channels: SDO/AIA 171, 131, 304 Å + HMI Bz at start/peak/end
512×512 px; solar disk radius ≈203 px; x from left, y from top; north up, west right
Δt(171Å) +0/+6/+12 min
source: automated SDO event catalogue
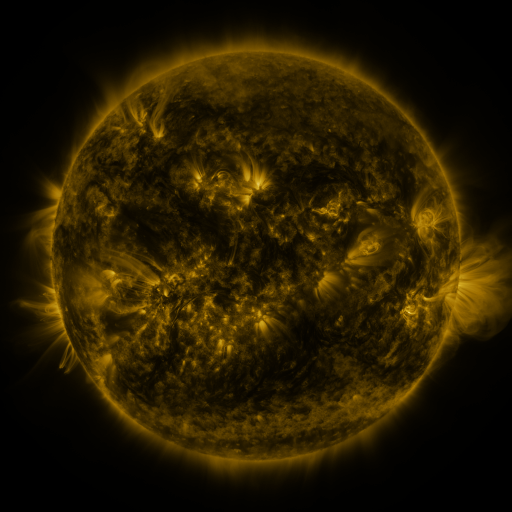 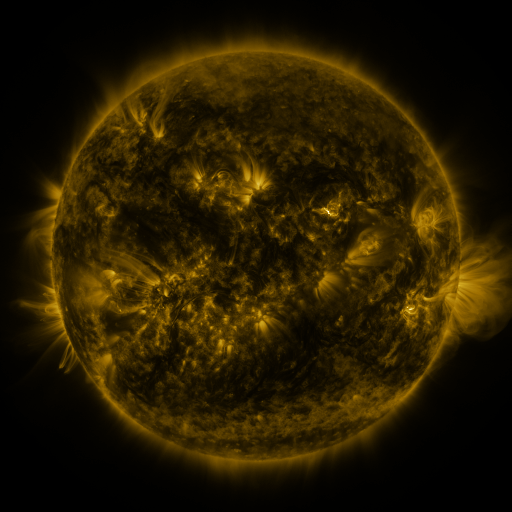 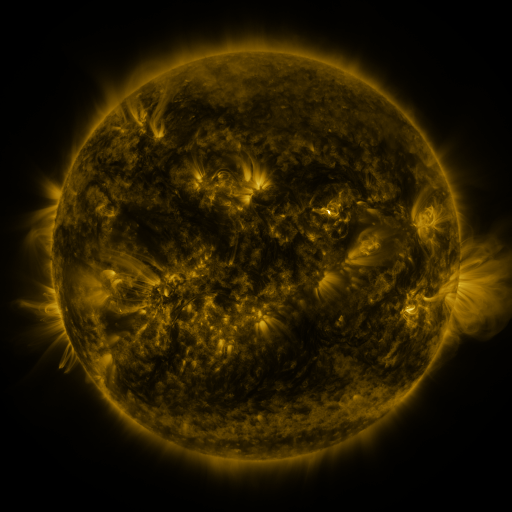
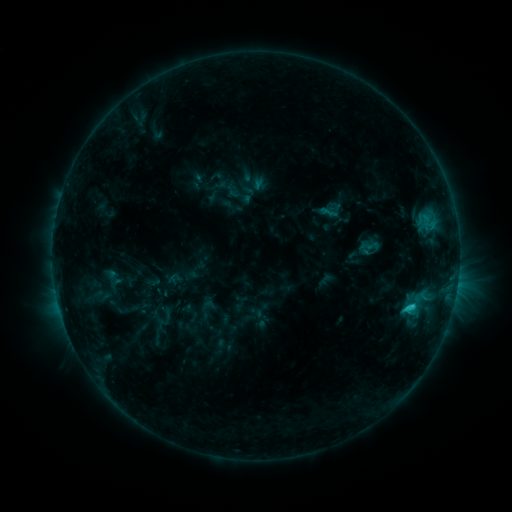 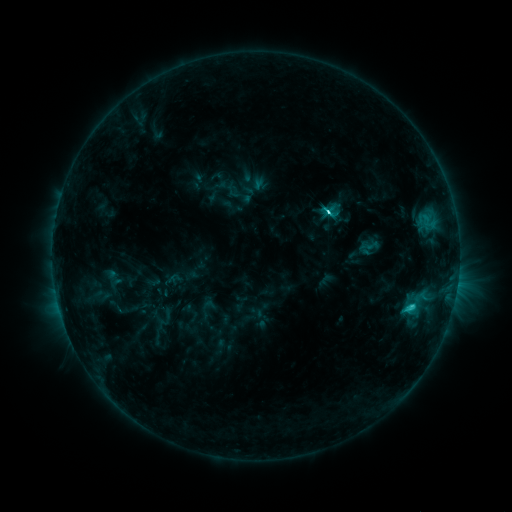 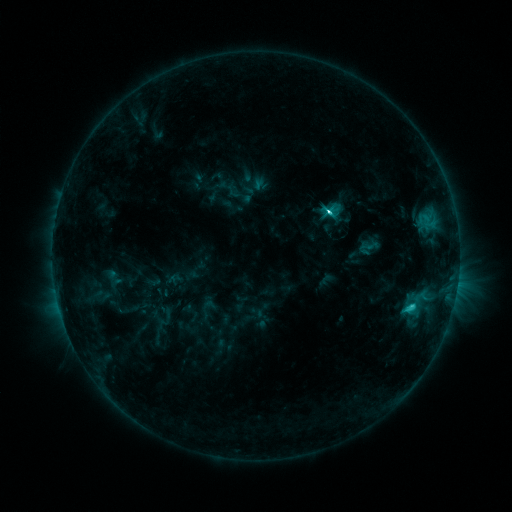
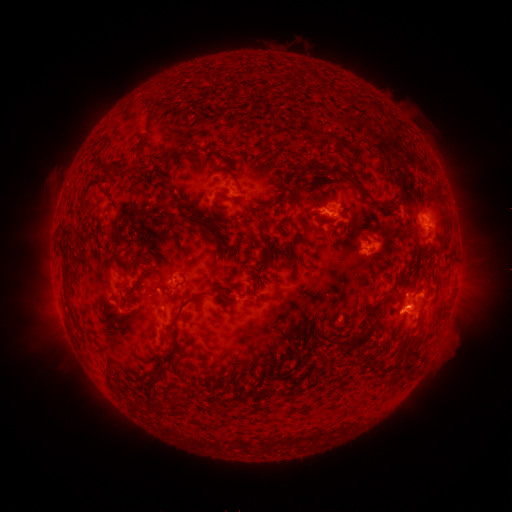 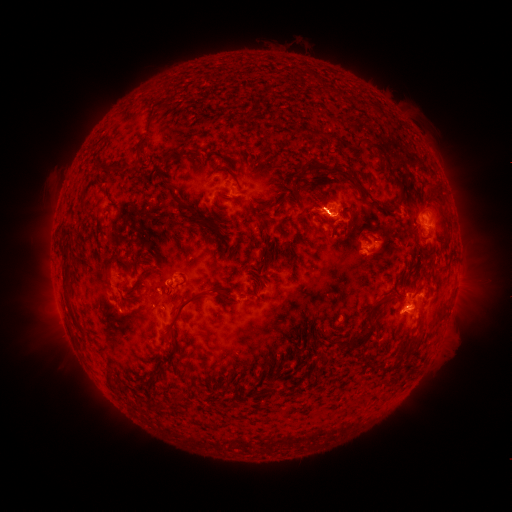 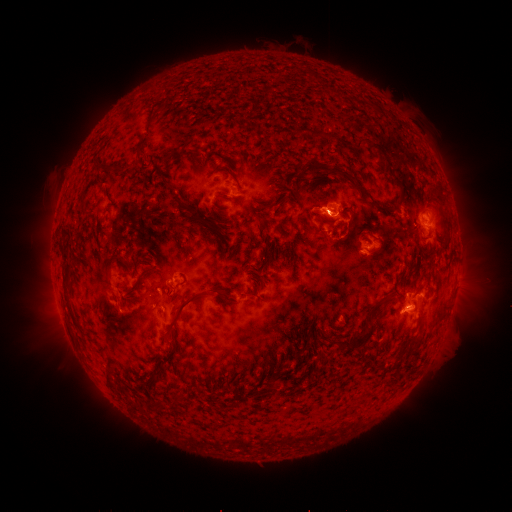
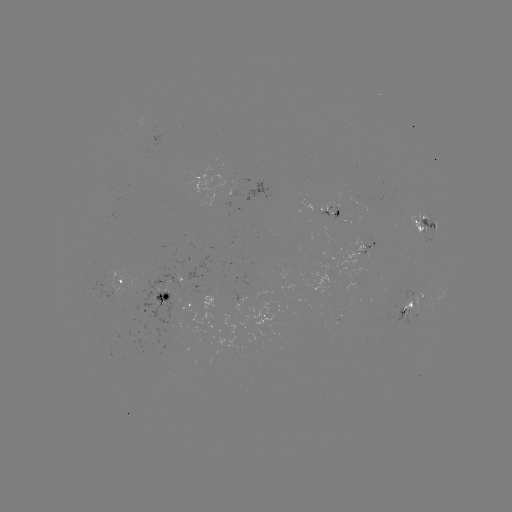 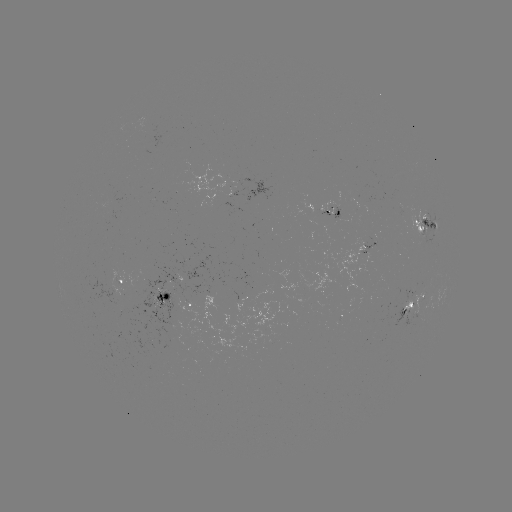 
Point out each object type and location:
C6.1 flare: (328, 213)
